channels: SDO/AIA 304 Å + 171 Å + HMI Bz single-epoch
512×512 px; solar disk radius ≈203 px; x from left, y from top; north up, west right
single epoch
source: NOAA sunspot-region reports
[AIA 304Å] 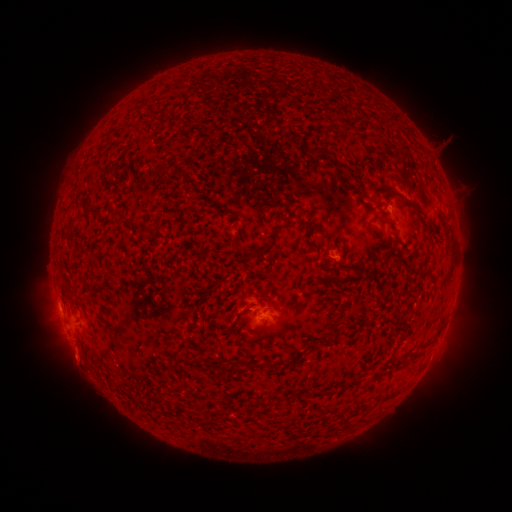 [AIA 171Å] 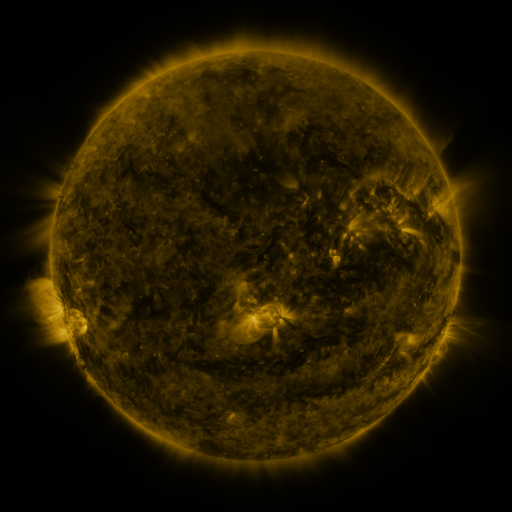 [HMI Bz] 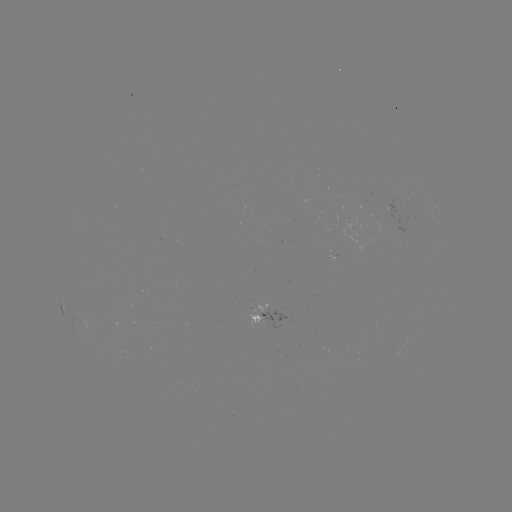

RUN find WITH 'spotted active region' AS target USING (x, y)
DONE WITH (266, 314) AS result